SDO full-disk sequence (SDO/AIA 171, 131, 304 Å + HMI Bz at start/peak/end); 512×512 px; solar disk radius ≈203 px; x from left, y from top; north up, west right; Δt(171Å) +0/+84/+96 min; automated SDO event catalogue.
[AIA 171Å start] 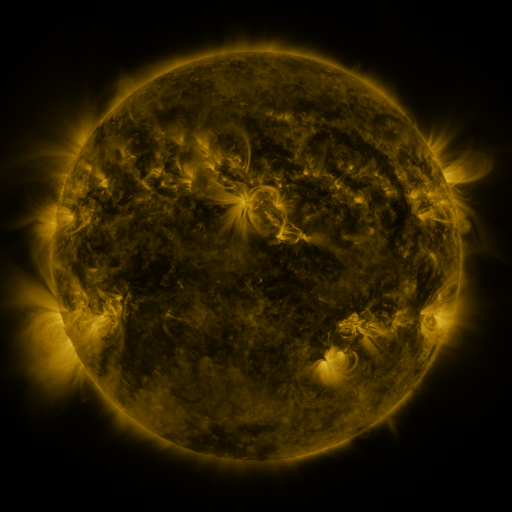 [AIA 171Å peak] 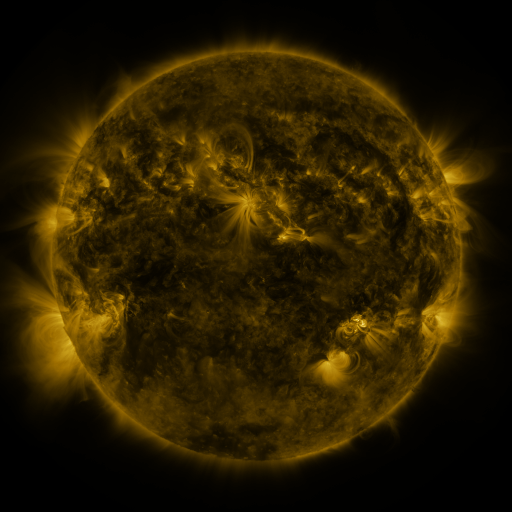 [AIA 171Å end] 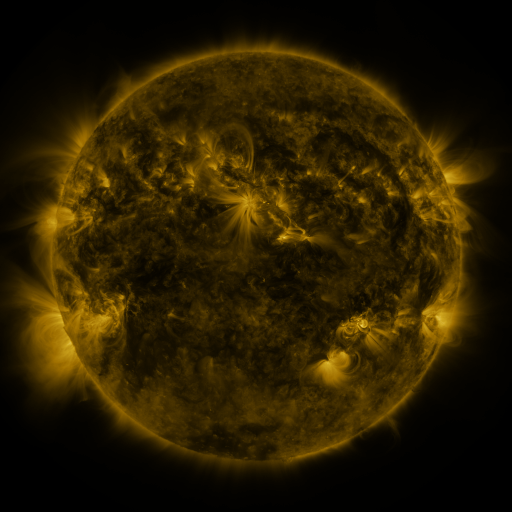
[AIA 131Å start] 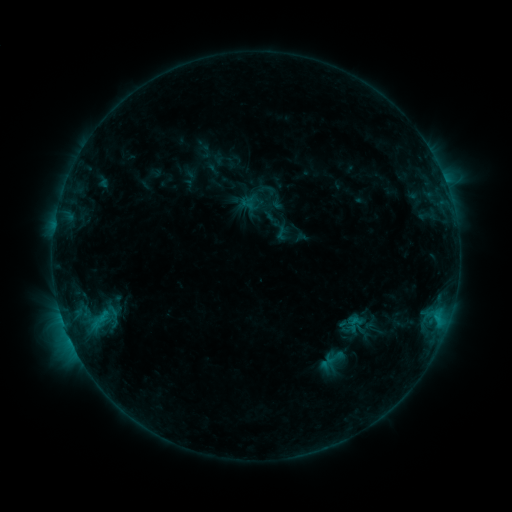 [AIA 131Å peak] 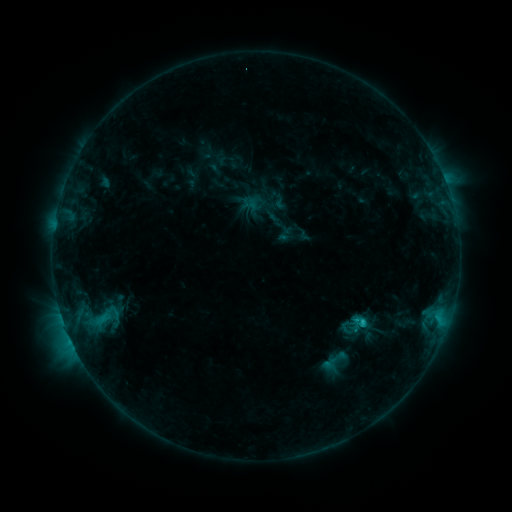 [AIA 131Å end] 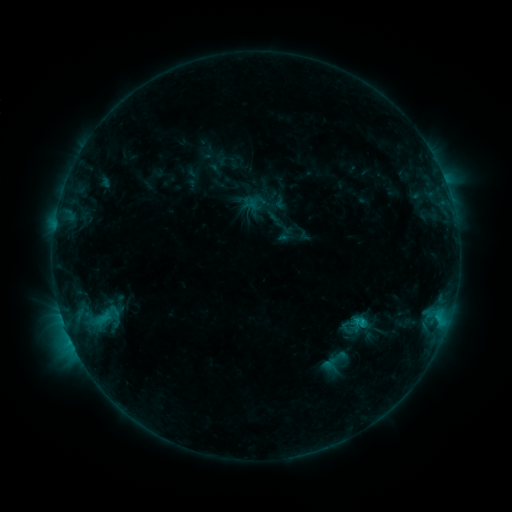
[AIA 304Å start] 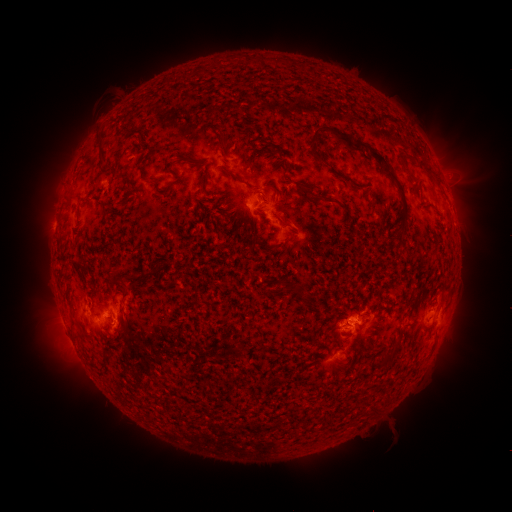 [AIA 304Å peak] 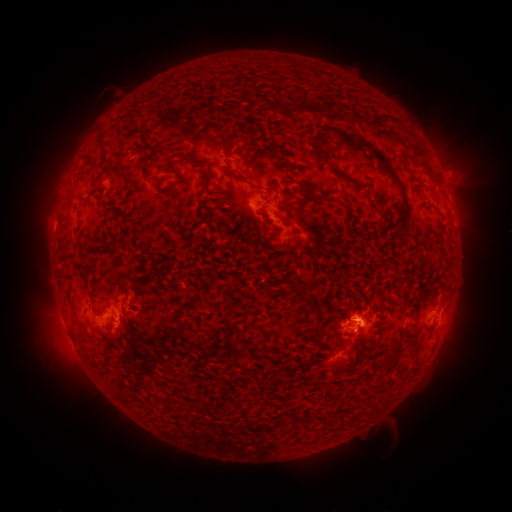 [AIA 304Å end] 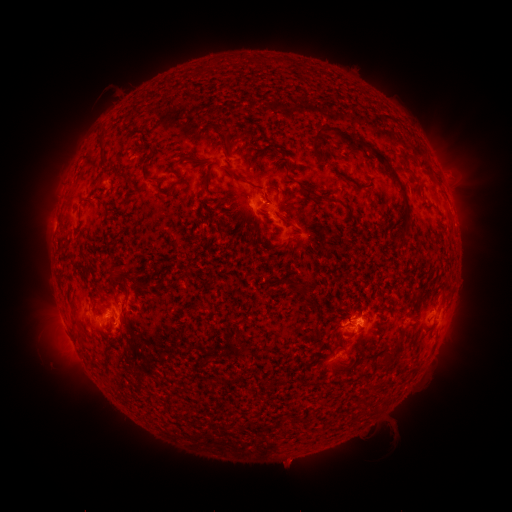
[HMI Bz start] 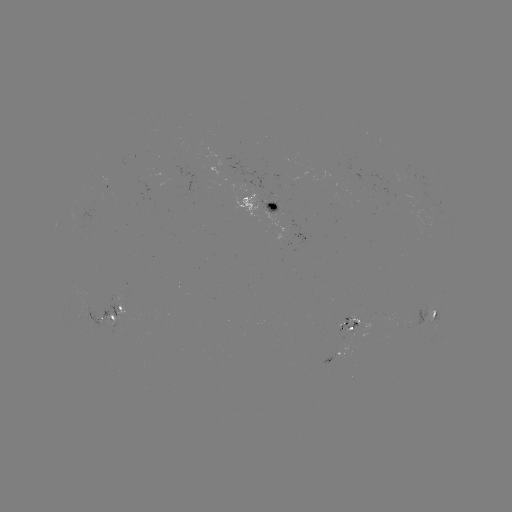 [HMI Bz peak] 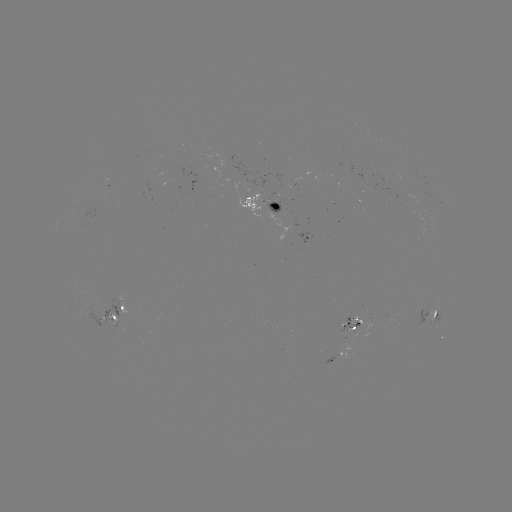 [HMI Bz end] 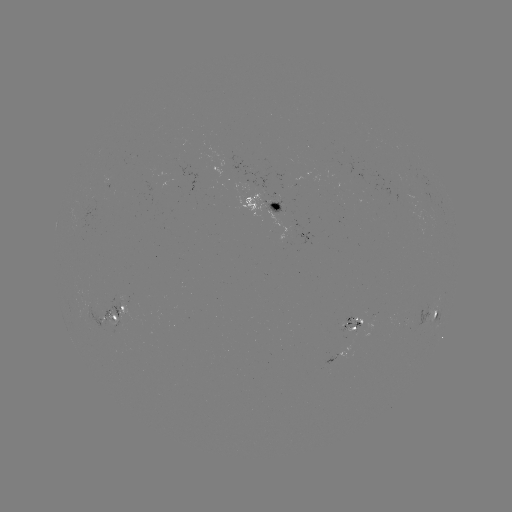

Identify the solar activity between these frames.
emerging-flux region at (273, 205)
